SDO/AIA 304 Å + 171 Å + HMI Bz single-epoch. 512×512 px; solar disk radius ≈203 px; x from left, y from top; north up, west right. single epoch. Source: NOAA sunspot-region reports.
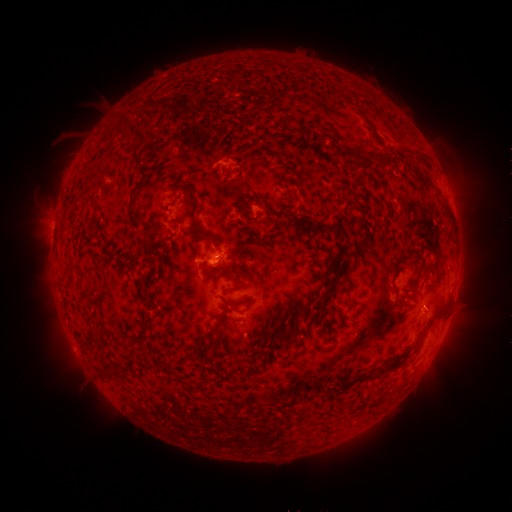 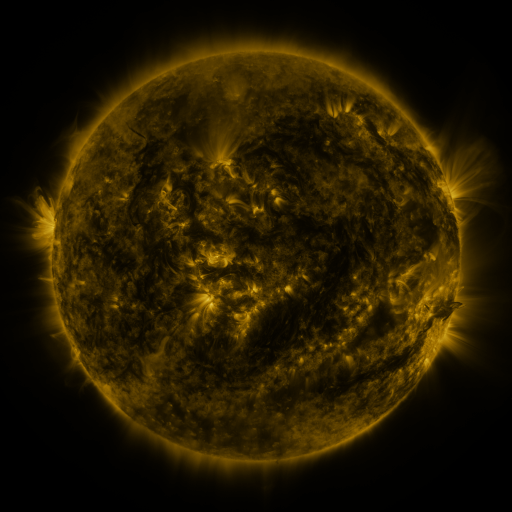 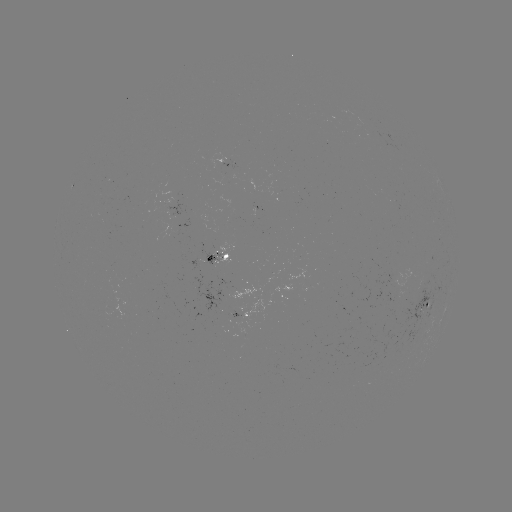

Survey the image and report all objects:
spotted active region: (226, 167)
spotted active region: (217, 260)
spotted active region: (402, 283)
spotted active region: (428, 304)
spotted active region: (242, 319)
